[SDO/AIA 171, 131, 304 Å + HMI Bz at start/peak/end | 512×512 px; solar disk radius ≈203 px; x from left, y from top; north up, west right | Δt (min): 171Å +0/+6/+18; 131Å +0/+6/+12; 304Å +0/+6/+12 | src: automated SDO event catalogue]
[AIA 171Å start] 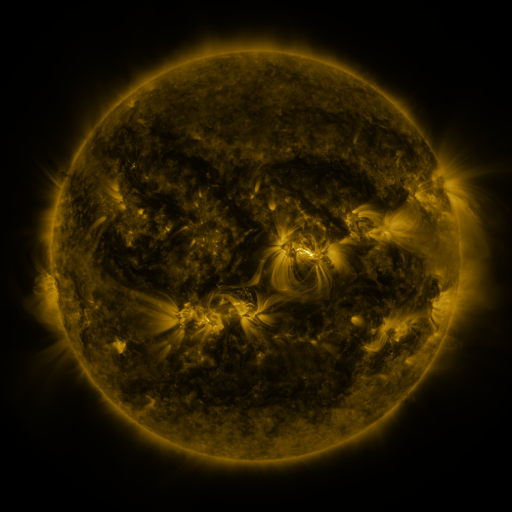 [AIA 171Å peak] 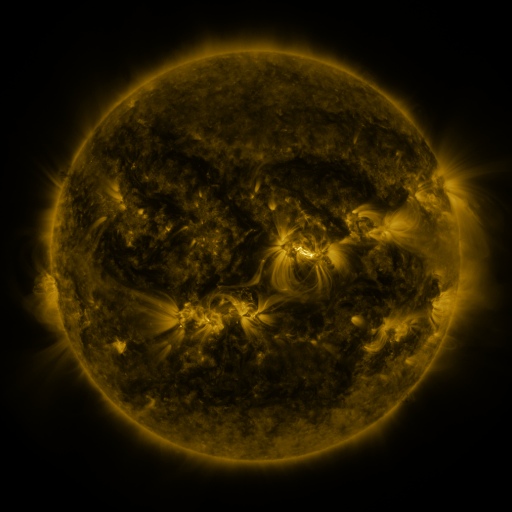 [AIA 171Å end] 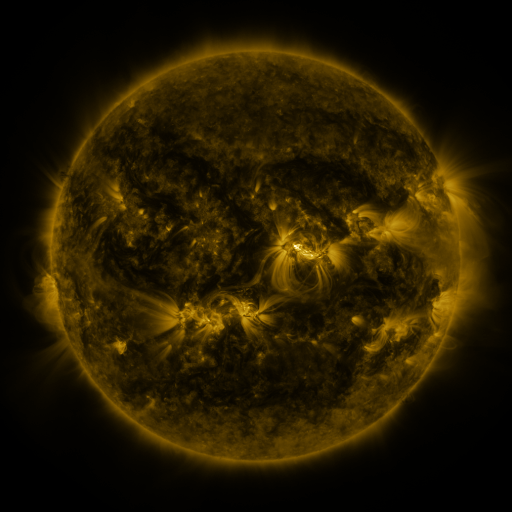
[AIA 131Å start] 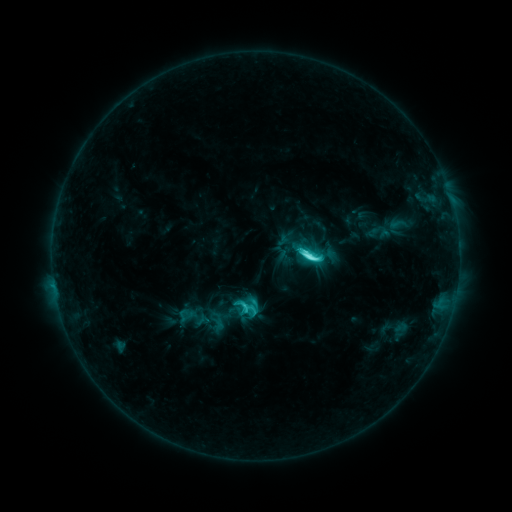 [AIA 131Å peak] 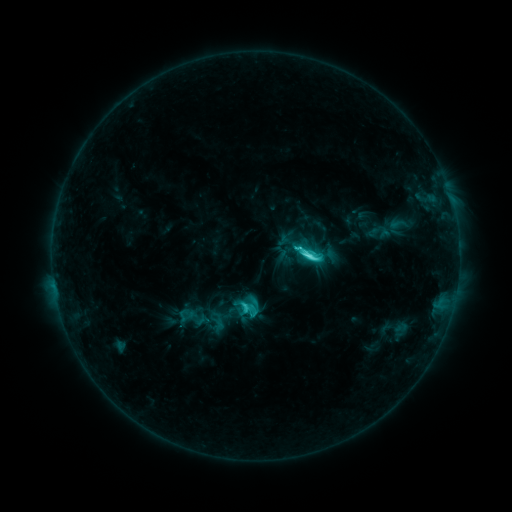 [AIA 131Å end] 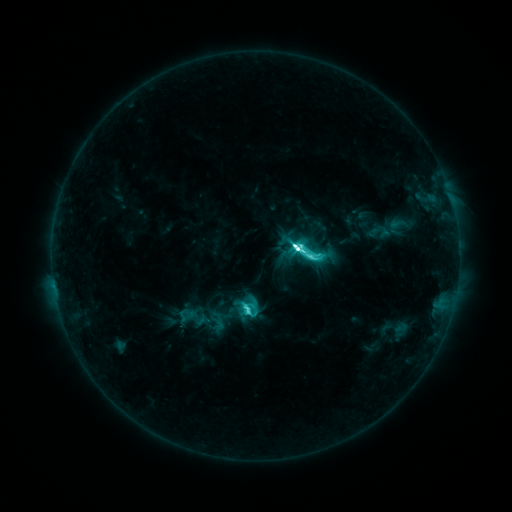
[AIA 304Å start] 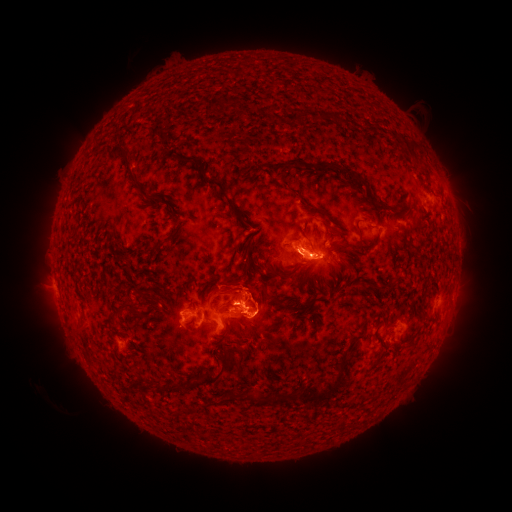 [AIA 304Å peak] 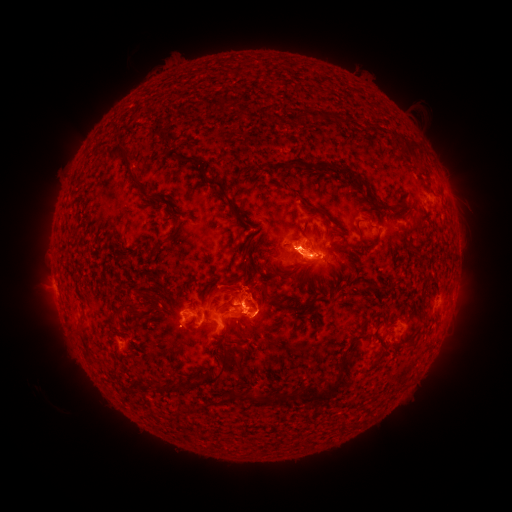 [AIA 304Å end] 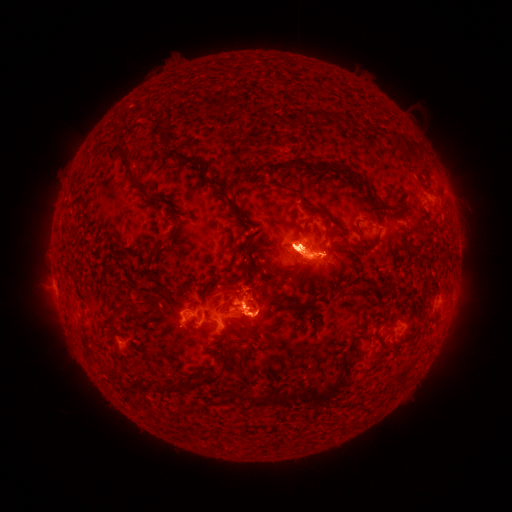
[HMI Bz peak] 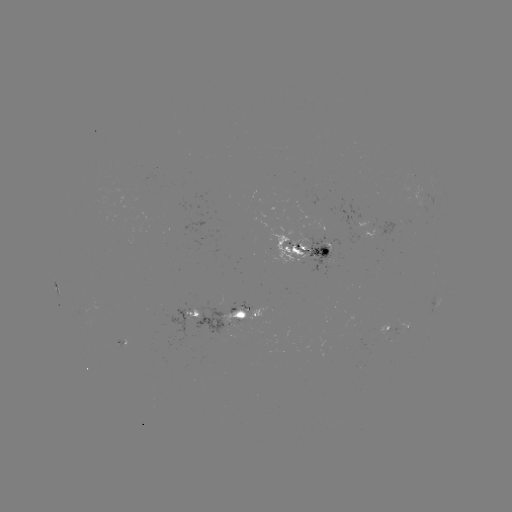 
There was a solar flare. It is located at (298, 252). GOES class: M3.5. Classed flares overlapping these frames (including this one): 1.